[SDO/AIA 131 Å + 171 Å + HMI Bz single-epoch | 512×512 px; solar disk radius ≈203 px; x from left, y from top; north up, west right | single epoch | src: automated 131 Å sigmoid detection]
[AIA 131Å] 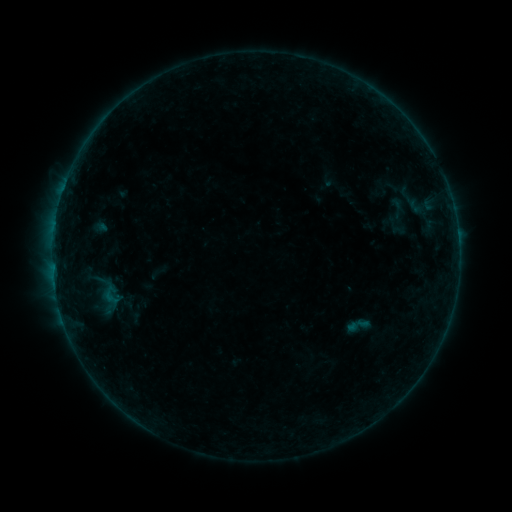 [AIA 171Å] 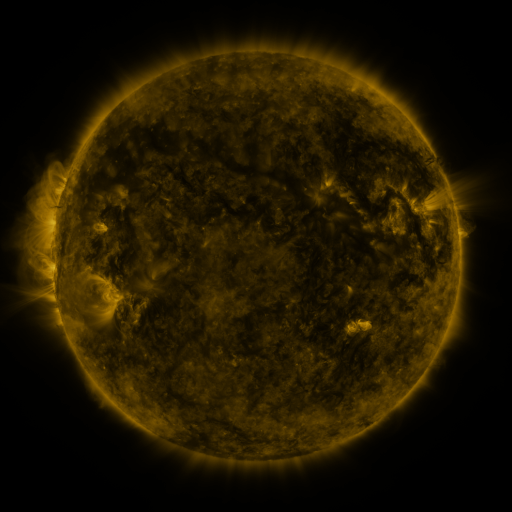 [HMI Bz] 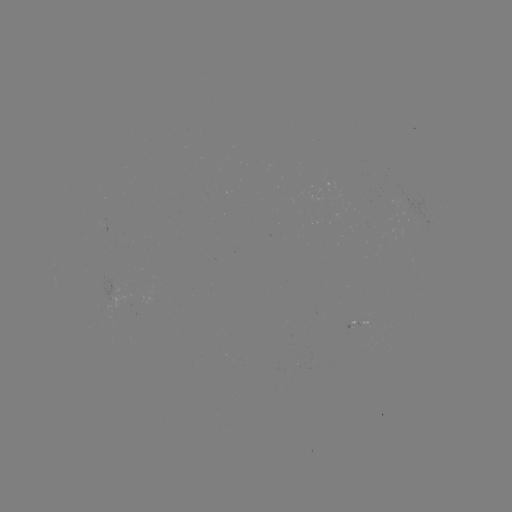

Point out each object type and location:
sigmoid: [382, 197, 413, 219]
sigmoid: [345, 311, 374, 340]
